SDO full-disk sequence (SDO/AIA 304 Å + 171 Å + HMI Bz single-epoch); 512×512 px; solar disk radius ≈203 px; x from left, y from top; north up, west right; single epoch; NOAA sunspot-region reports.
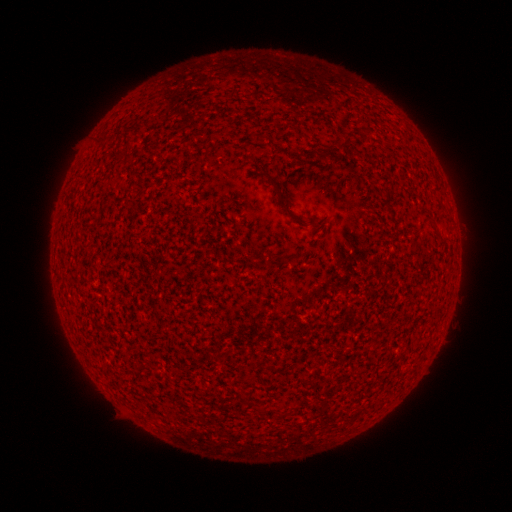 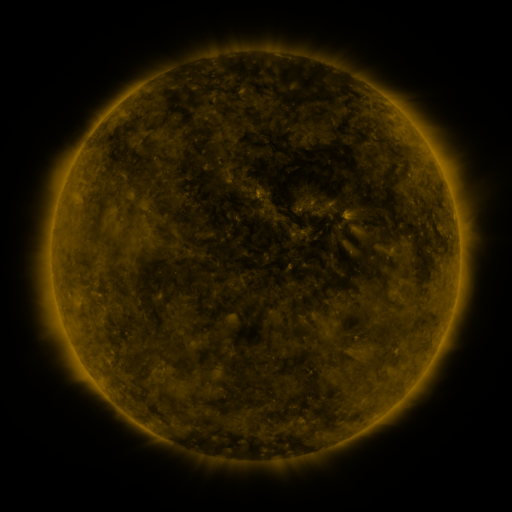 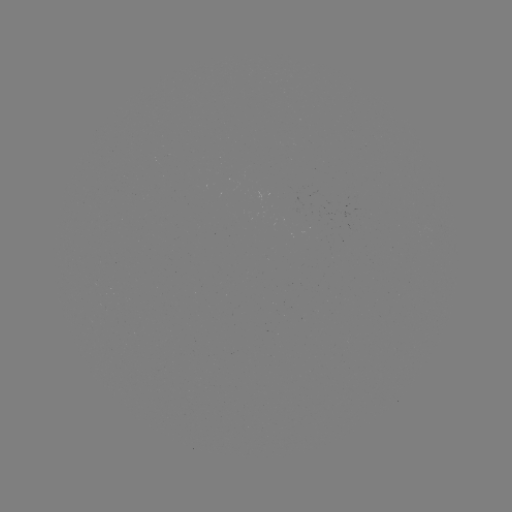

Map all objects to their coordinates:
(none)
